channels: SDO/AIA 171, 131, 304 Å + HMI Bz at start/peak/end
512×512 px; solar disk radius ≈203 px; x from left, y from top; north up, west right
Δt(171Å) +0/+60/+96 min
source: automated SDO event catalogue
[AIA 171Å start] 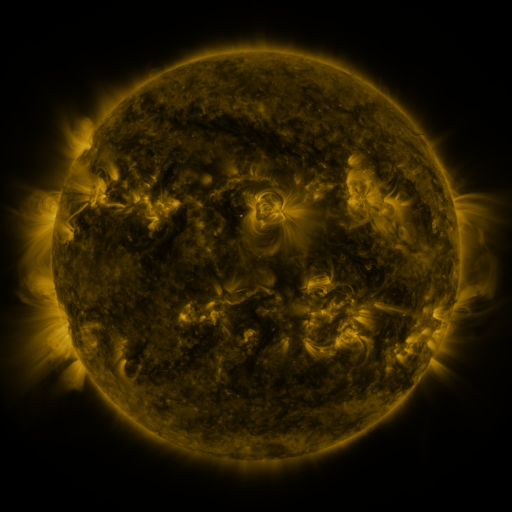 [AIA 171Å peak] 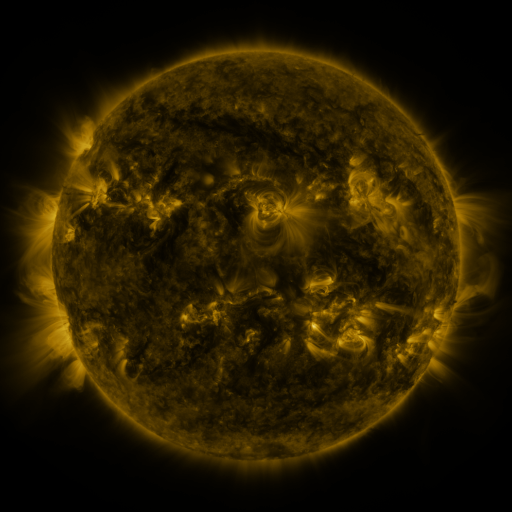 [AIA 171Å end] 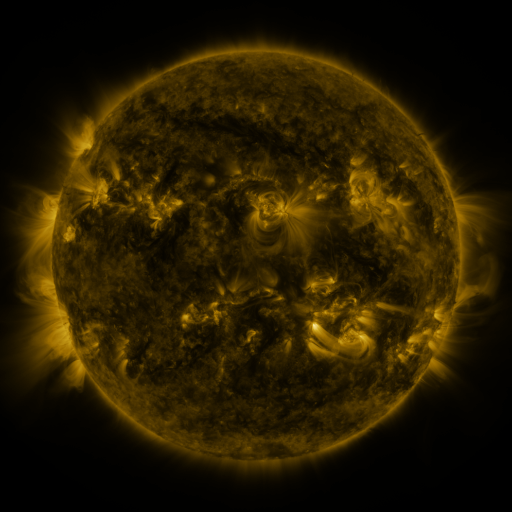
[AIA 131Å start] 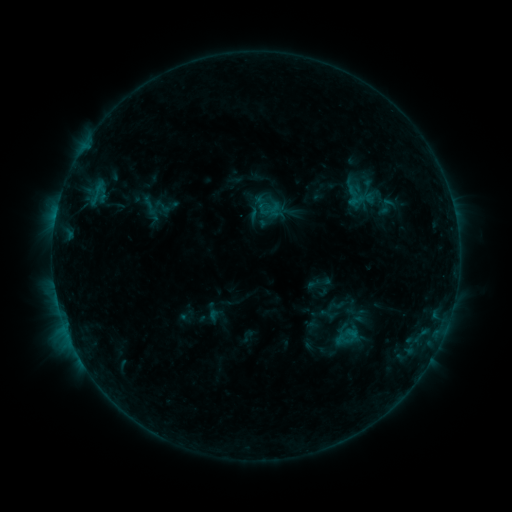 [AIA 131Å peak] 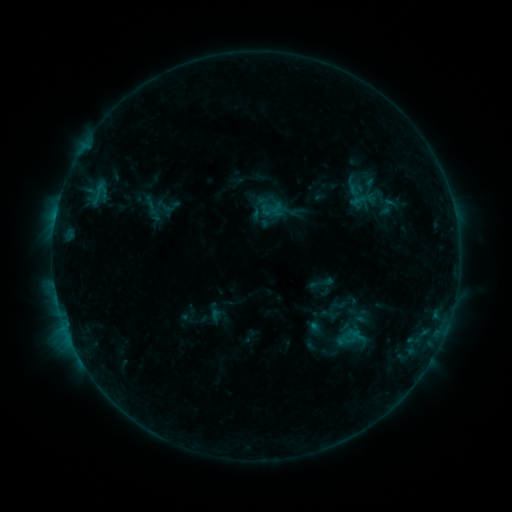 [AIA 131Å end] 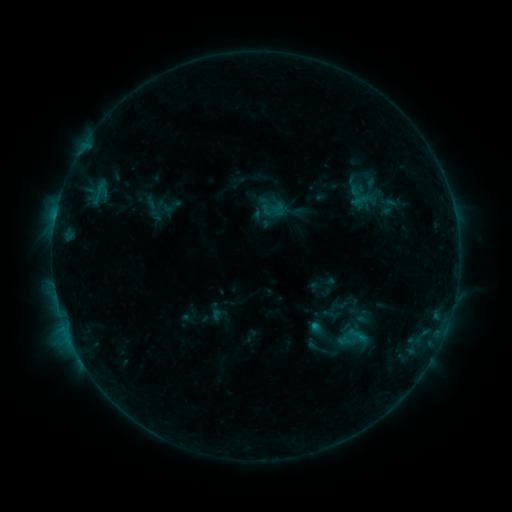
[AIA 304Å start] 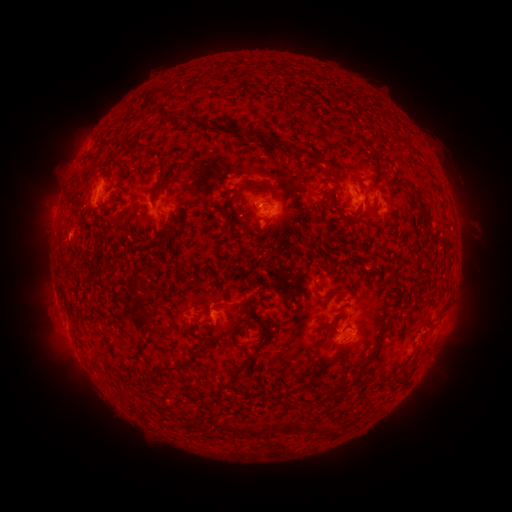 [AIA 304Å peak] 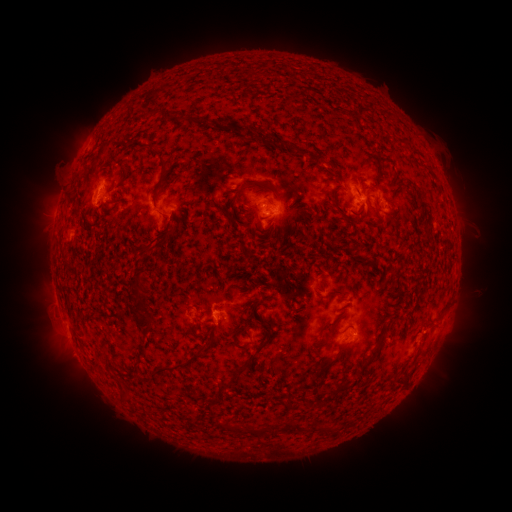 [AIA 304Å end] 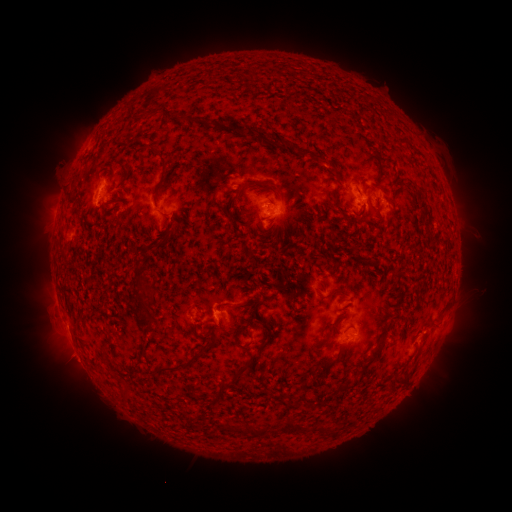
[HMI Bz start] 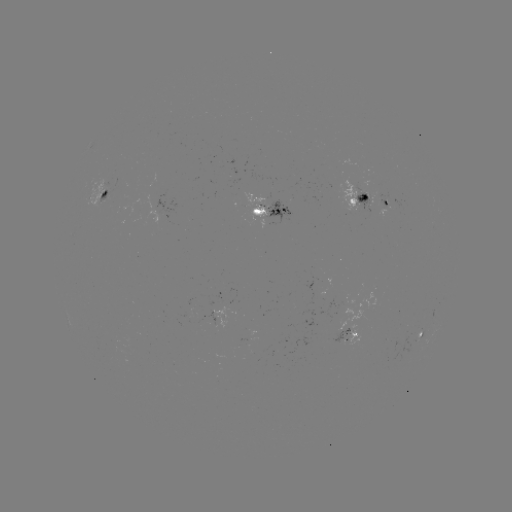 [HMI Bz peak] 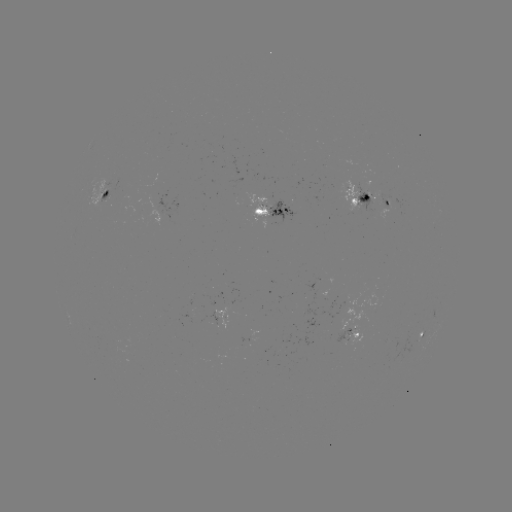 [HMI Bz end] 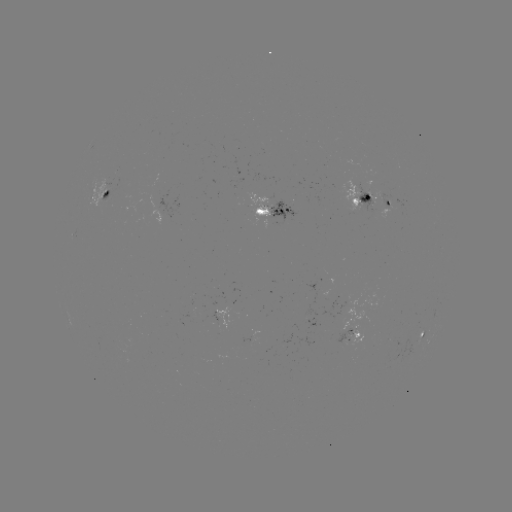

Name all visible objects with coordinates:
emerging-flux region: (367, 186)
